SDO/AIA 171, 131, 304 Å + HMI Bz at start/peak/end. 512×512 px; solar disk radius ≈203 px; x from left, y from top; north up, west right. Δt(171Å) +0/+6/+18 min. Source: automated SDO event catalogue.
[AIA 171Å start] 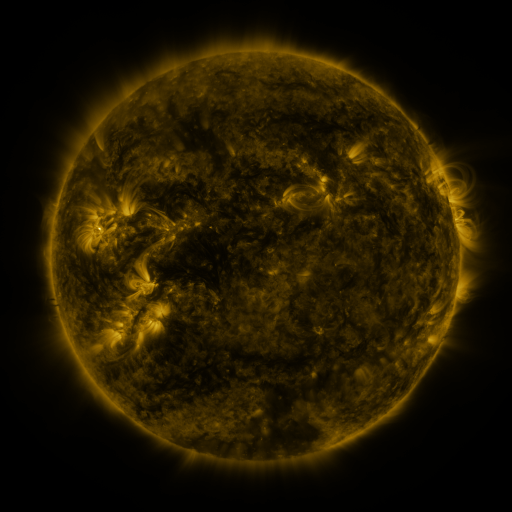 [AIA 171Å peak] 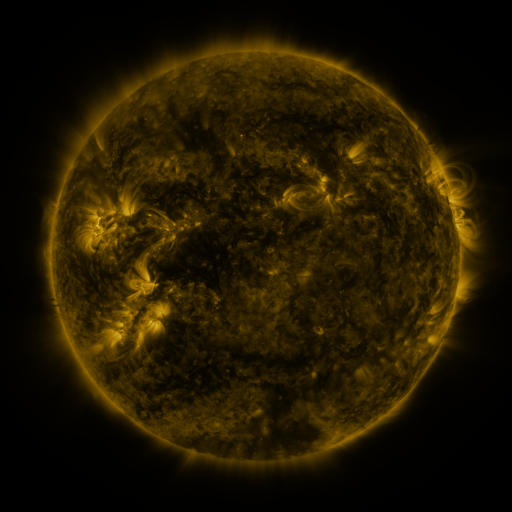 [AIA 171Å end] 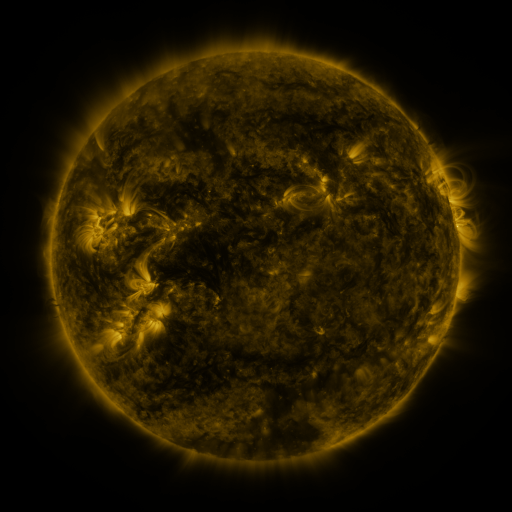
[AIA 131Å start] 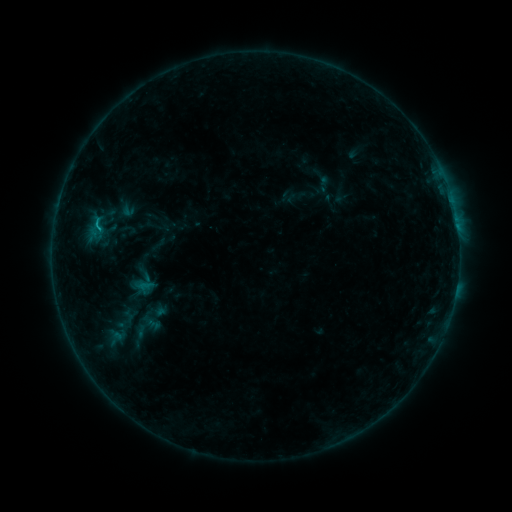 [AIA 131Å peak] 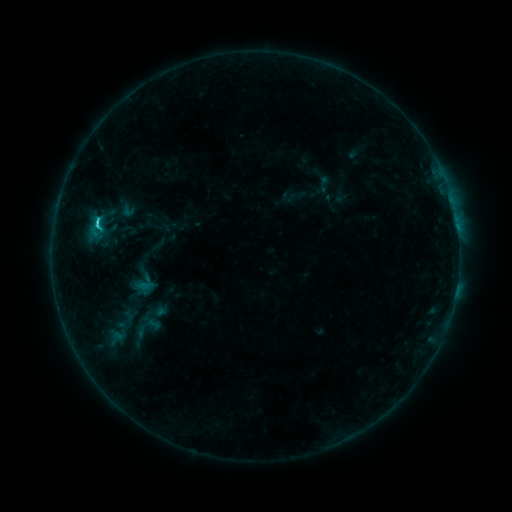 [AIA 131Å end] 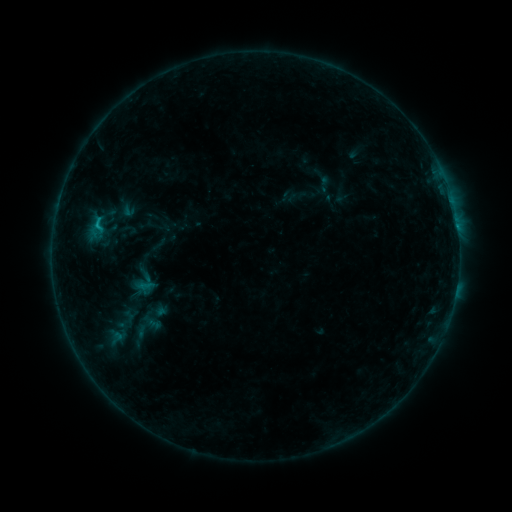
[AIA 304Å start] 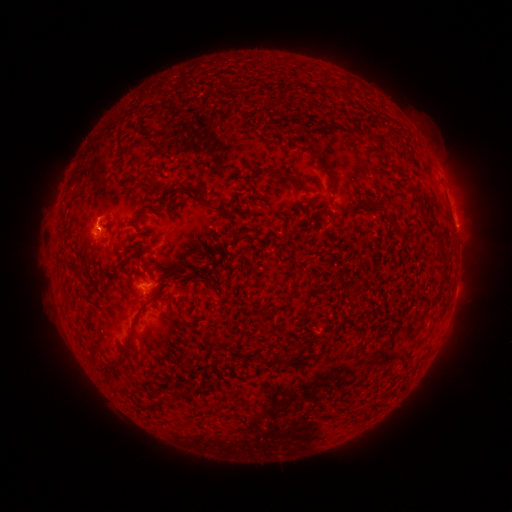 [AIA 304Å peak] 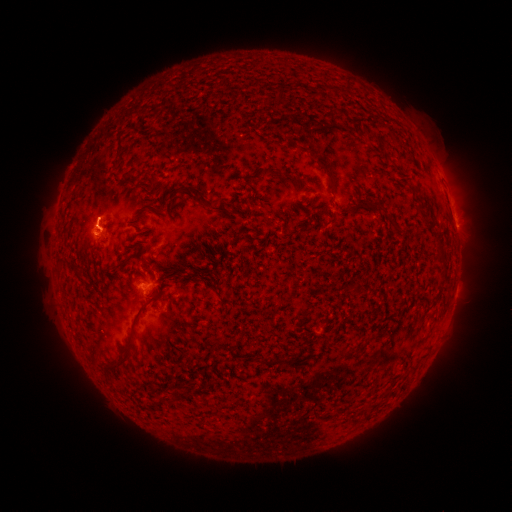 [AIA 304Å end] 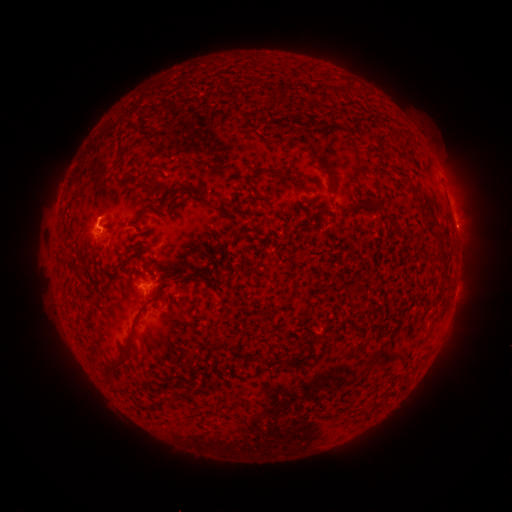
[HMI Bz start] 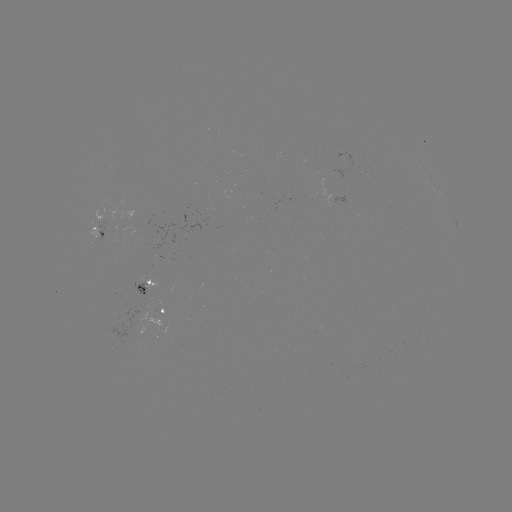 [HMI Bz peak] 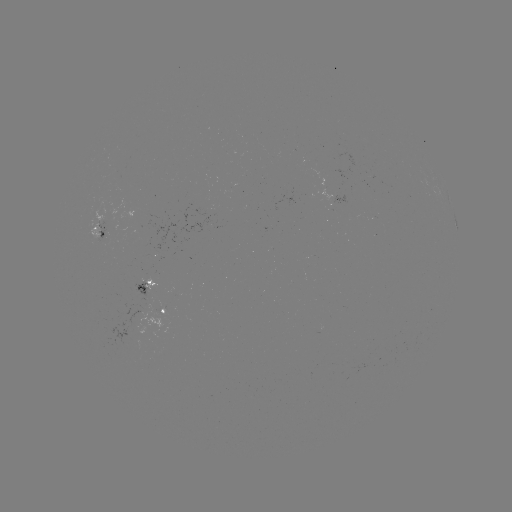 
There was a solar flare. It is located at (98, 223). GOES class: C1.3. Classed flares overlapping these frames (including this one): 1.